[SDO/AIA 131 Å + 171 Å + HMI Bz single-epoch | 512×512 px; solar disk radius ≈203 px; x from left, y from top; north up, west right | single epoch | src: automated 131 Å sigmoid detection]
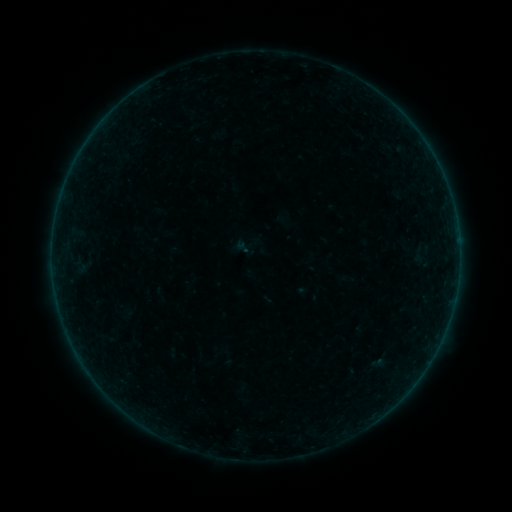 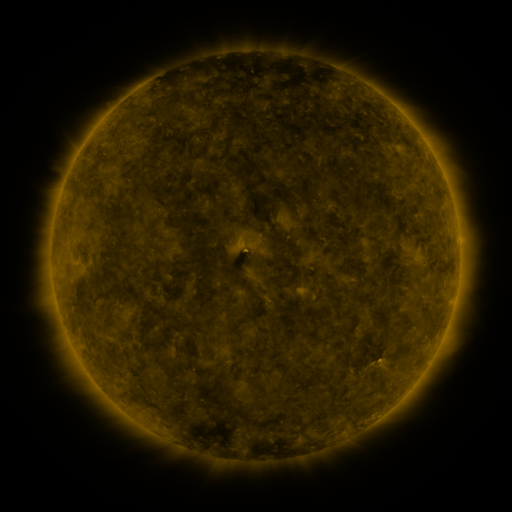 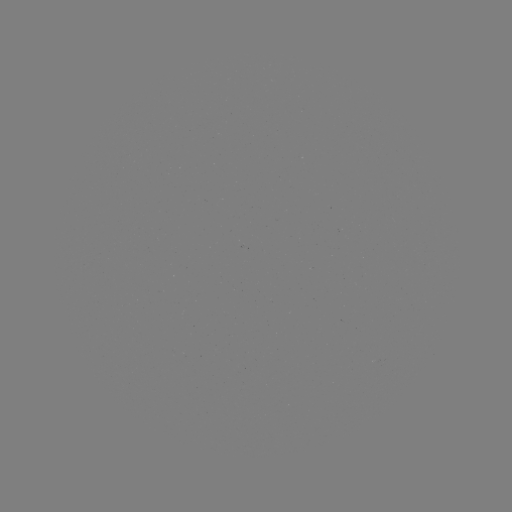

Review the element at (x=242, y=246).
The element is sigmoid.